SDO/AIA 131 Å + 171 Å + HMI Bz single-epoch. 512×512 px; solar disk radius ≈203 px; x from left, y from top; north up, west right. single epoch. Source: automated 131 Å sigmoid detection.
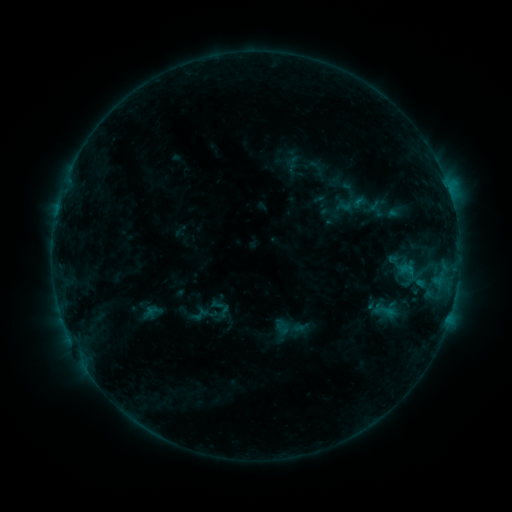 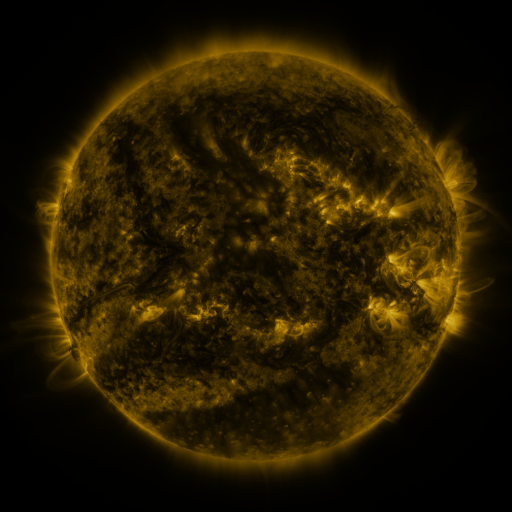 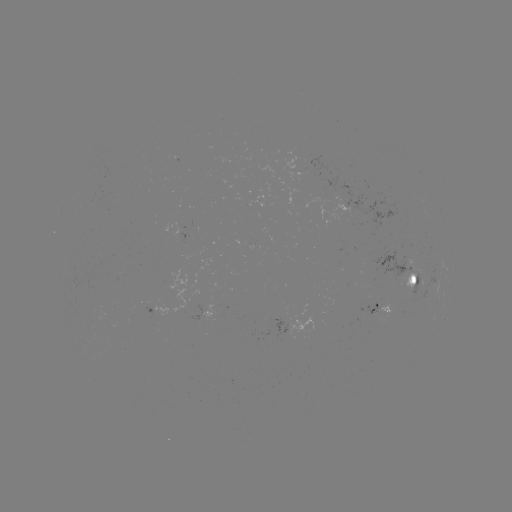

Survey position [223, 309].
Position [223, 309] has sigmoid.